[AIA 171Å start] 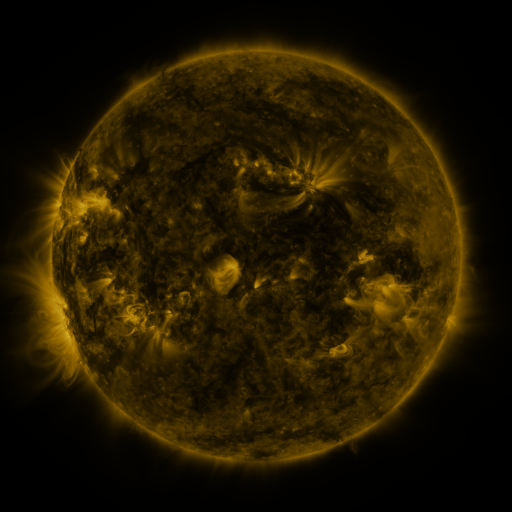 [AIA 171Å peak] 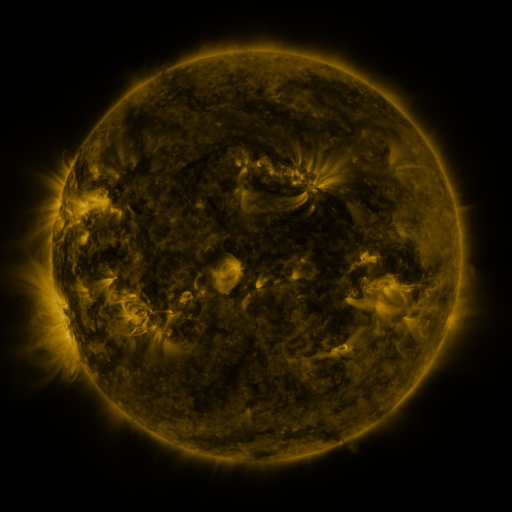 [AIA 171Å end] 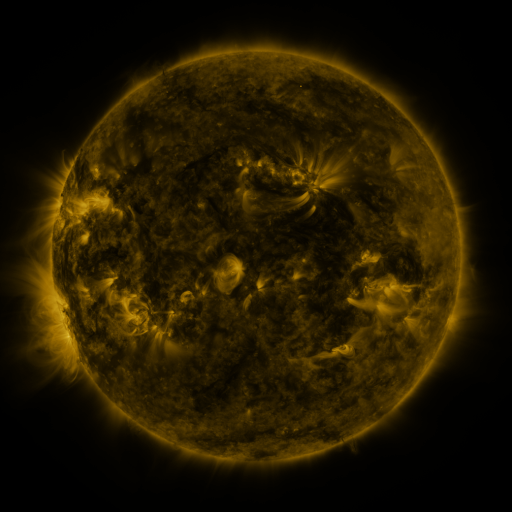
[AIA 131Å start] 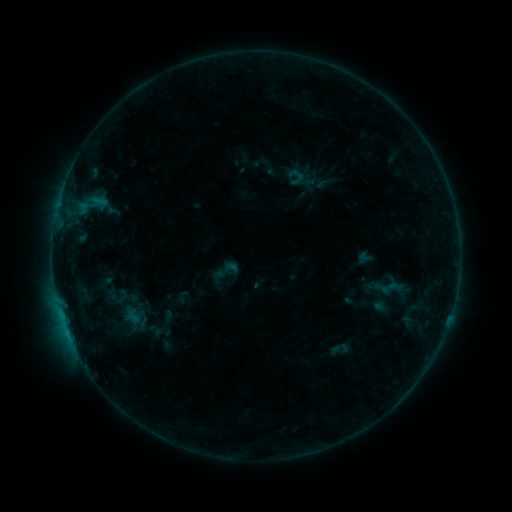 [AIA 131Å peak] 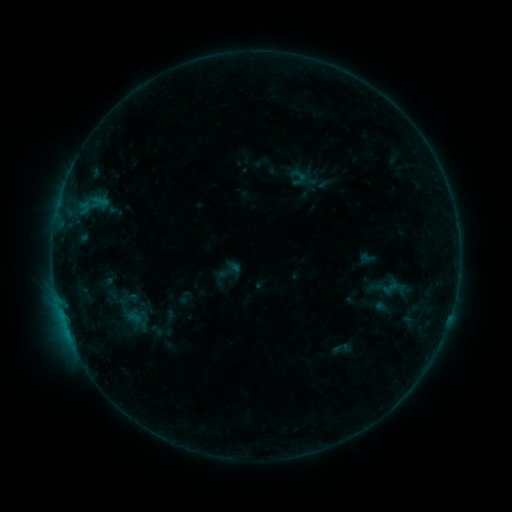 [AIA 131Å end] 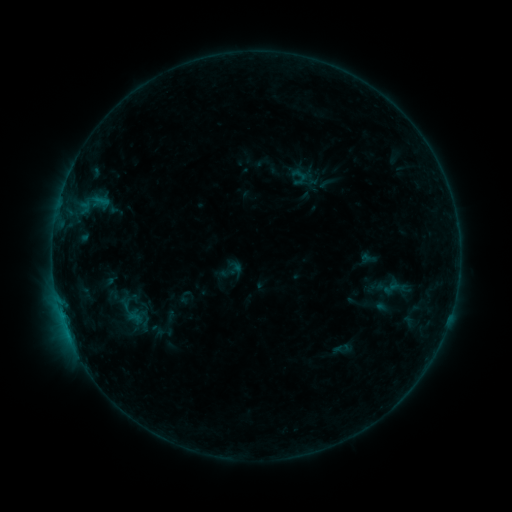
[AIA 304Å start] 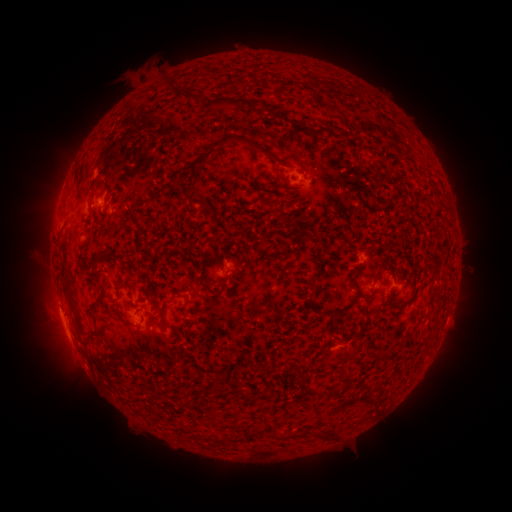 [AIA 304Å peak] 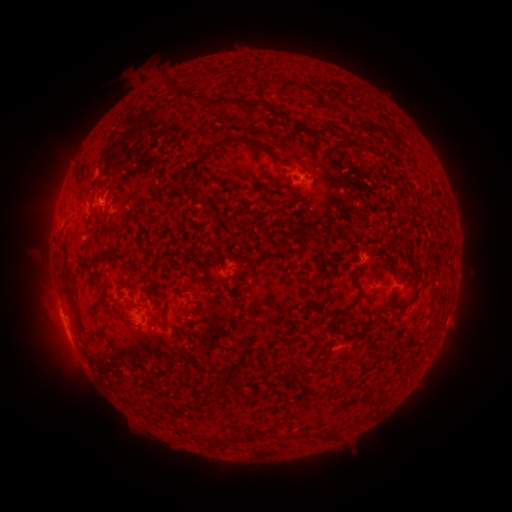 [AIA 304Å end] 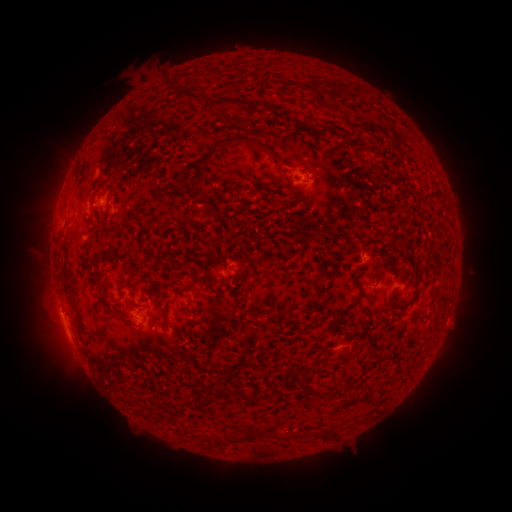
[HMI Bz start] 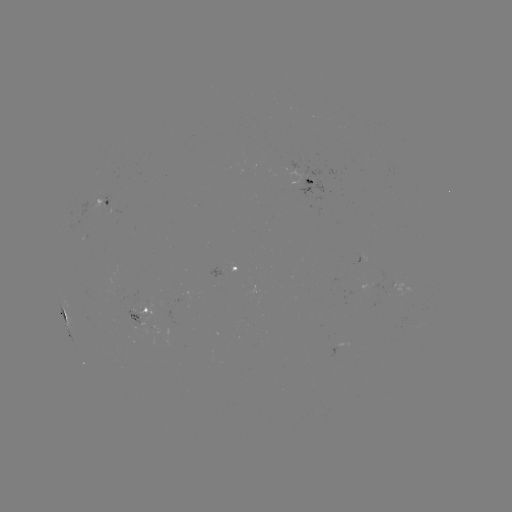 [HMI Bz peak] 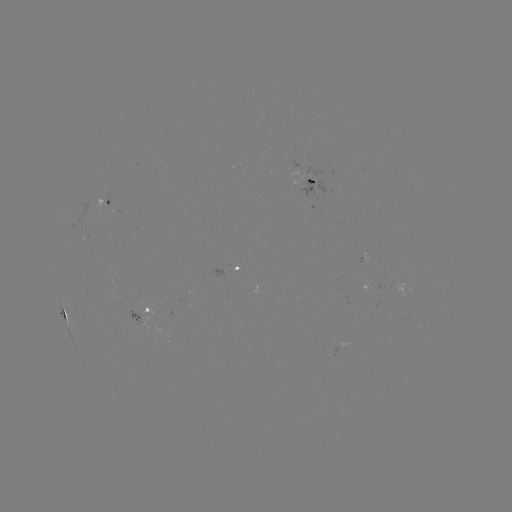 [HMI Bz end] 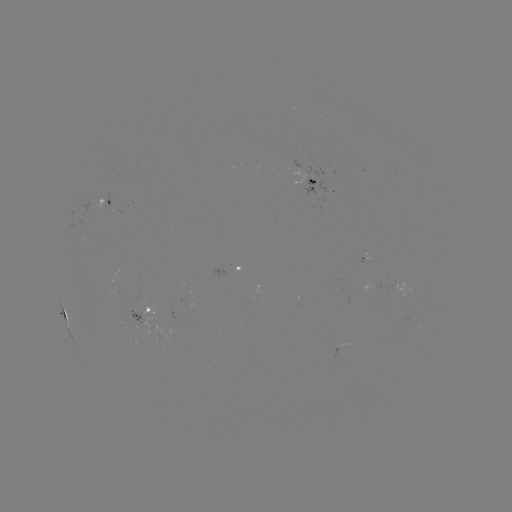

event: emerging-flux region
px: (360, 288)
